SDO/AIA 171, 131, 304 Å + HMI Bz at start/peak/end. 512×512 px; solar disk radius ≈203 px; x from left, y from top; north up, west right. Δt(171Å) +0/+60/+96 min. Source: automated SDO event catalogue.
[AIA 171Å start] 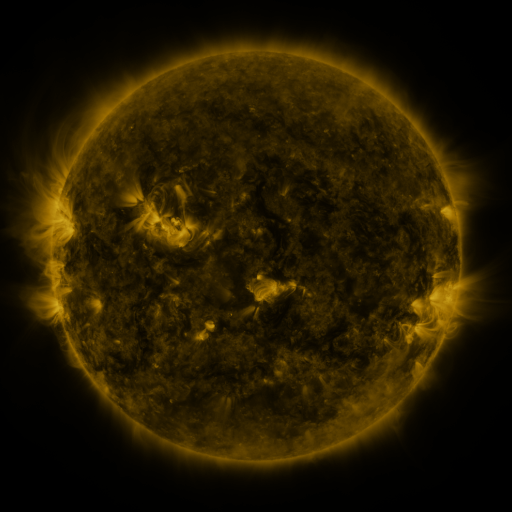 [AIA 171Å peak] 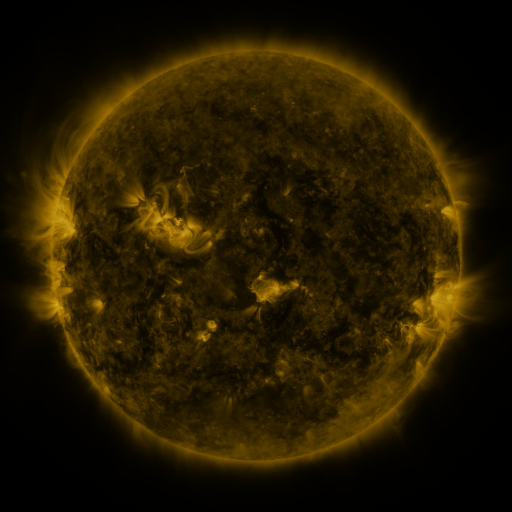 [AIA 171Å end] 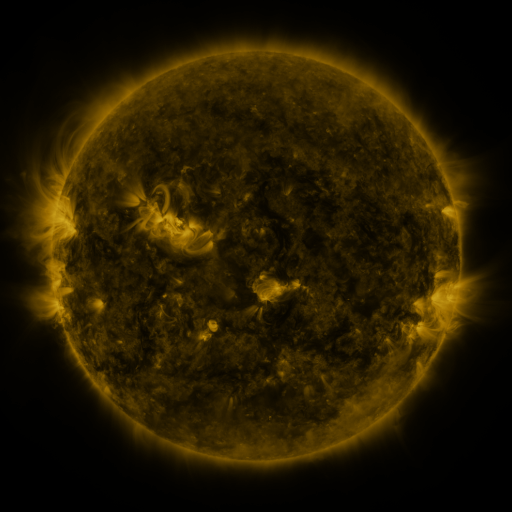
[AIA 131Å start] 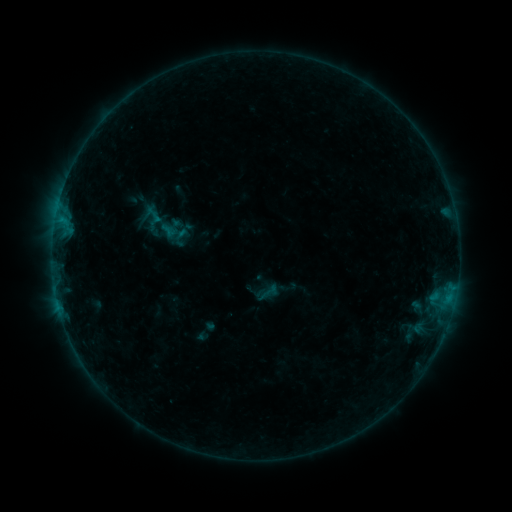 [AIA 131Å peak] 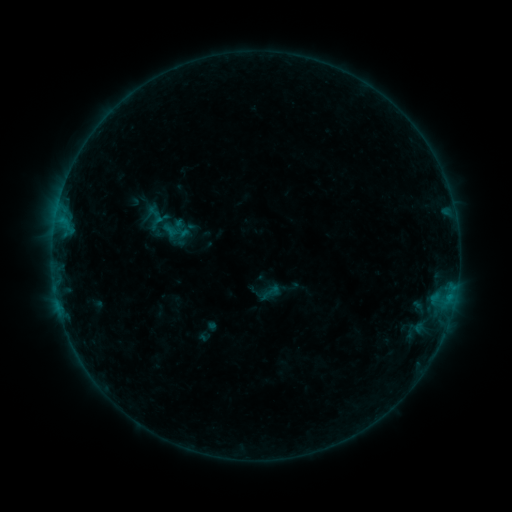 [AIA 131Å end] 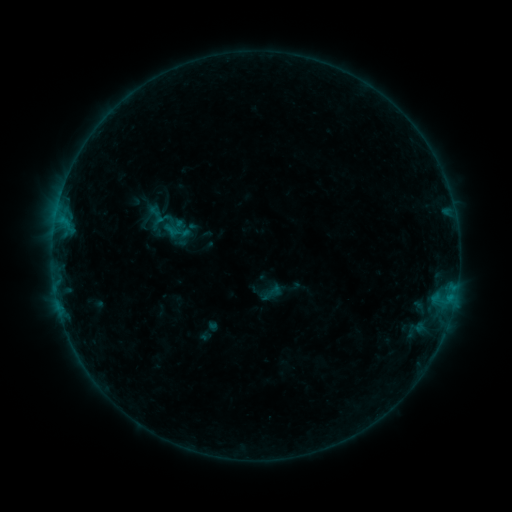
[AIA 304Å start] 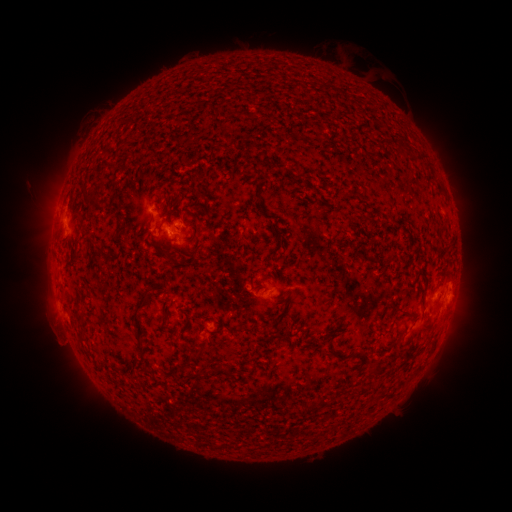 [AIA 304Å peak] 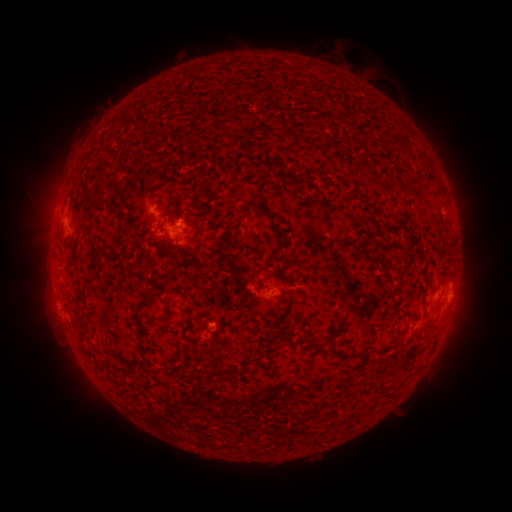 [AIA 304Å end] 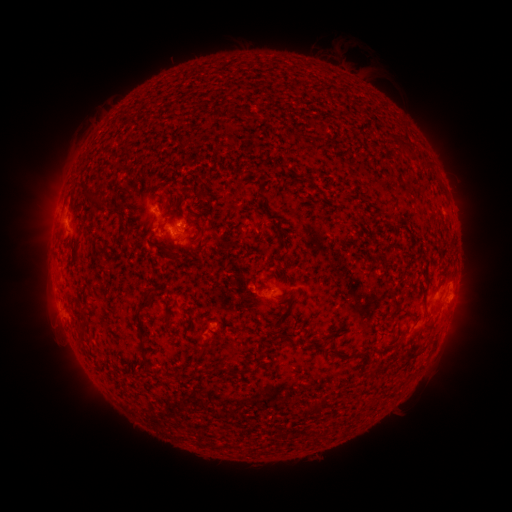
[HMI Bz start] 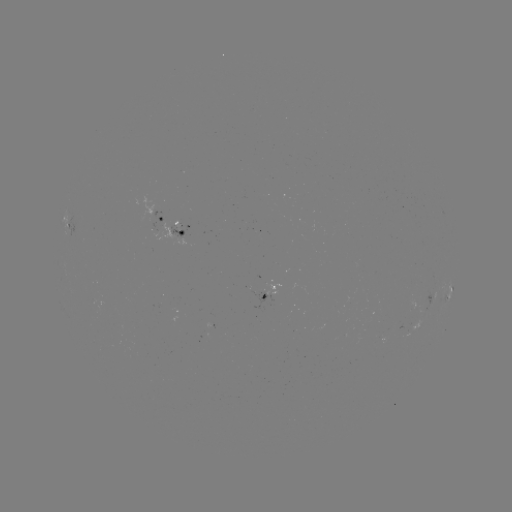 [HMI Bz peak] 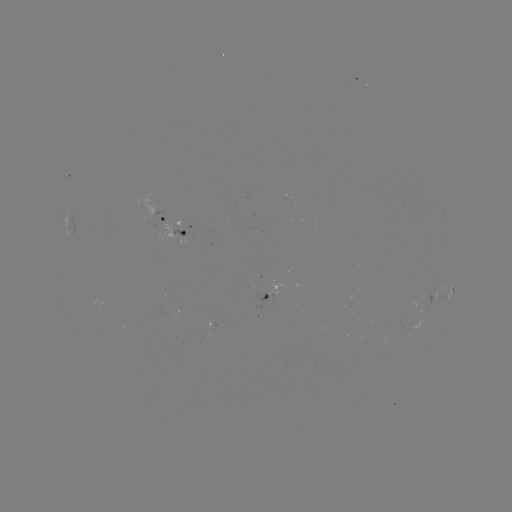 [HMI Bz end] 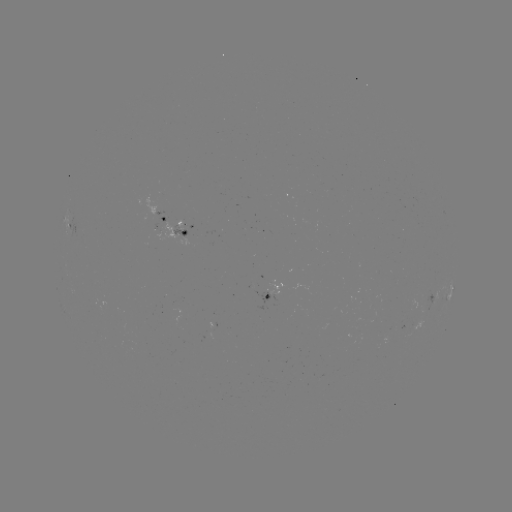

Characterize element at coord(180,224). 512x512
emerging-flux region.